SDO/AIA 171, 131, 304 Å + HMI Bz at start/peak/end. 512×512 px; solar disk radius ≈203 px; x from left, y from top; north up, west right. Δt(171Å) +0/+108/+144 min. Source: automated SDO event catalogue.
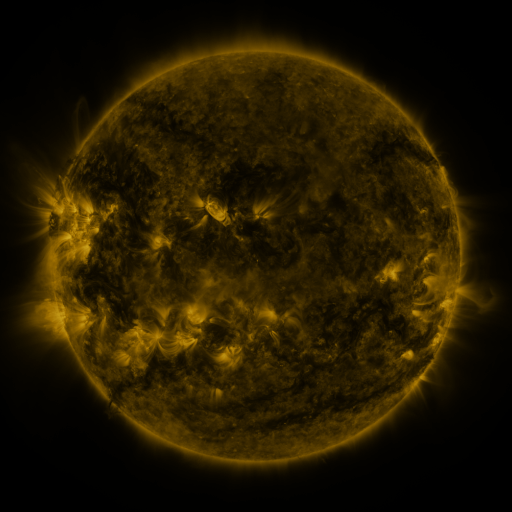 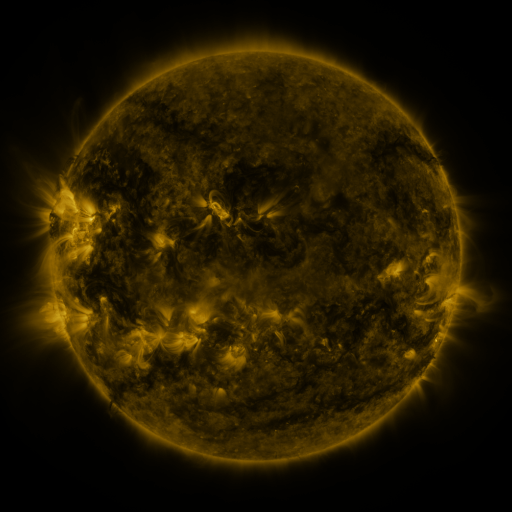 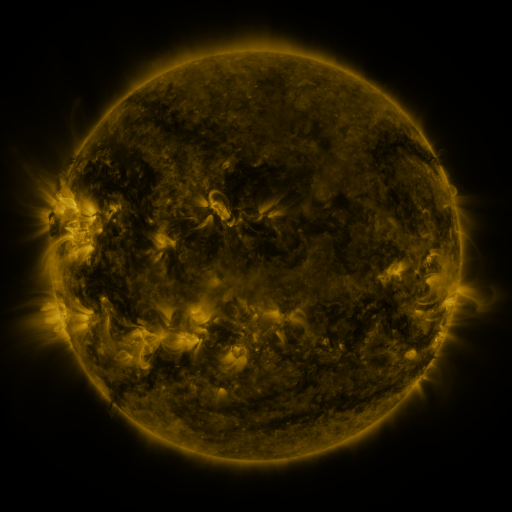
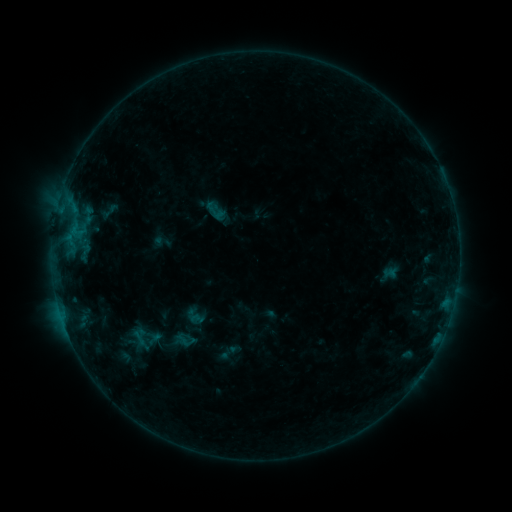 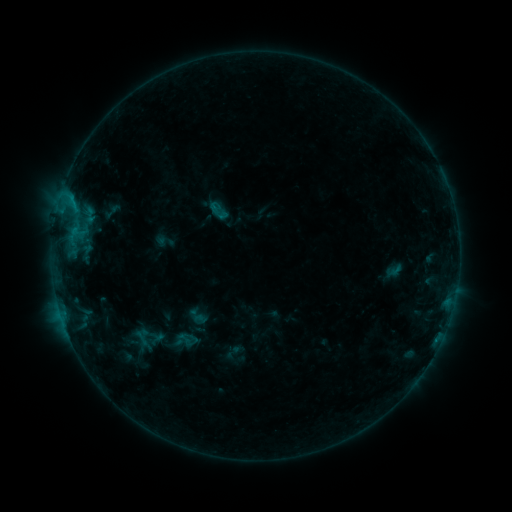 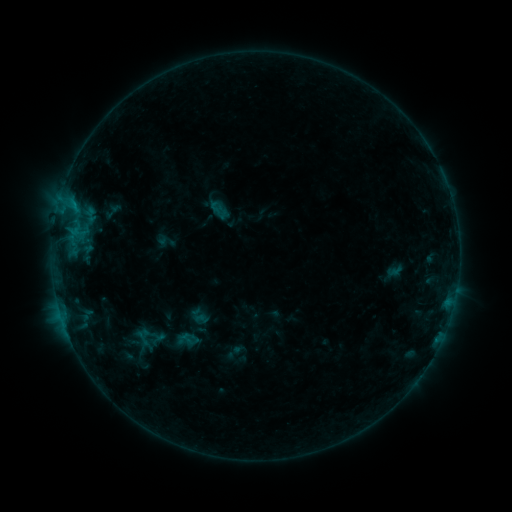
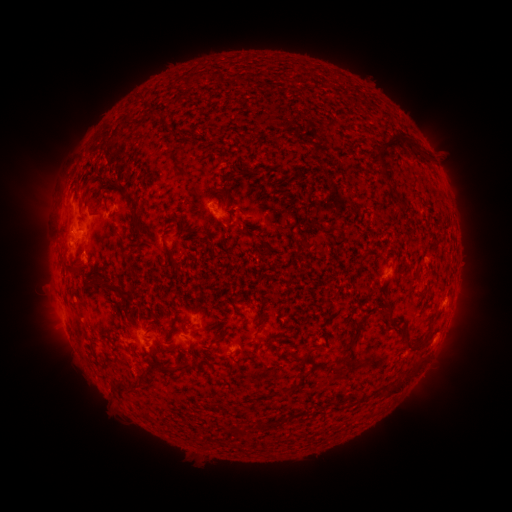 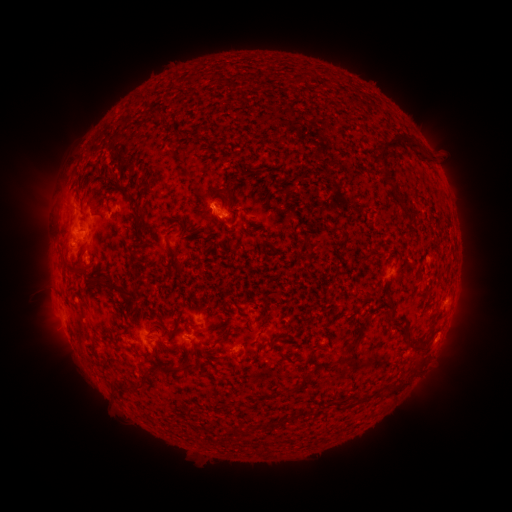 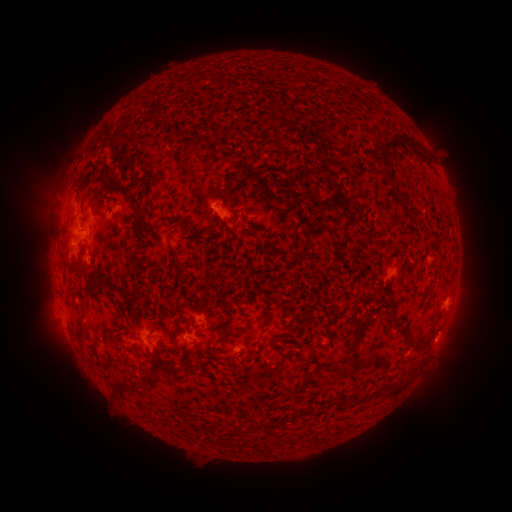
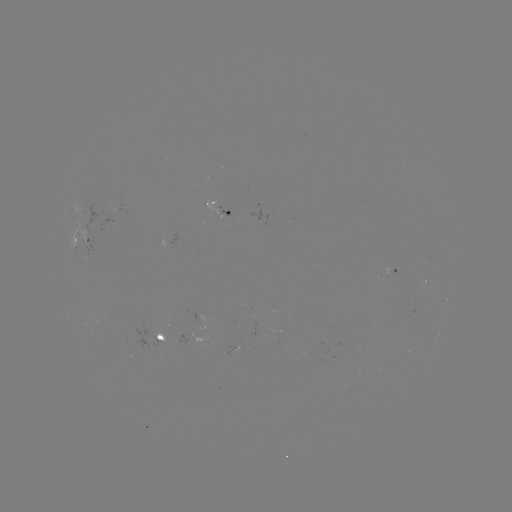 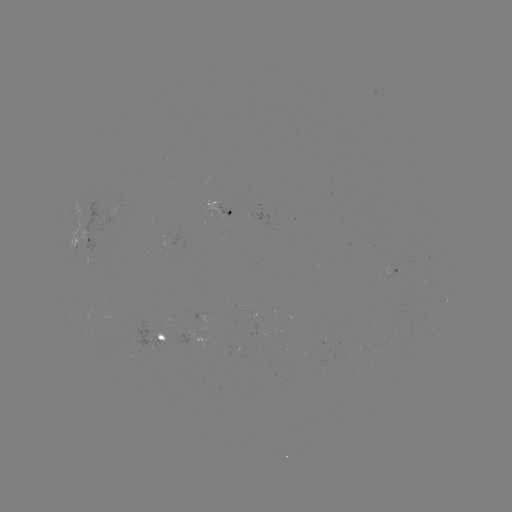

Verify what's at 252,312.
emerging-flux region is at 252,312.